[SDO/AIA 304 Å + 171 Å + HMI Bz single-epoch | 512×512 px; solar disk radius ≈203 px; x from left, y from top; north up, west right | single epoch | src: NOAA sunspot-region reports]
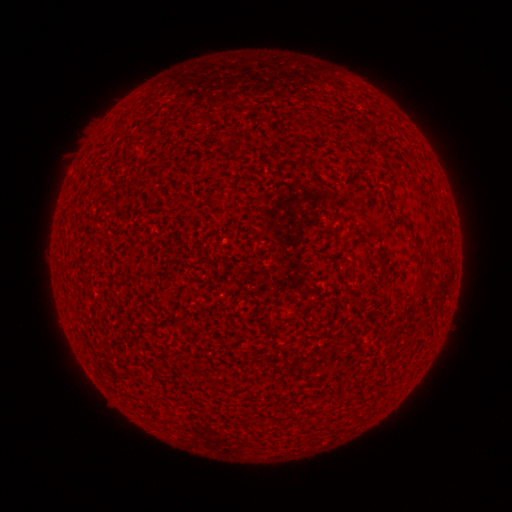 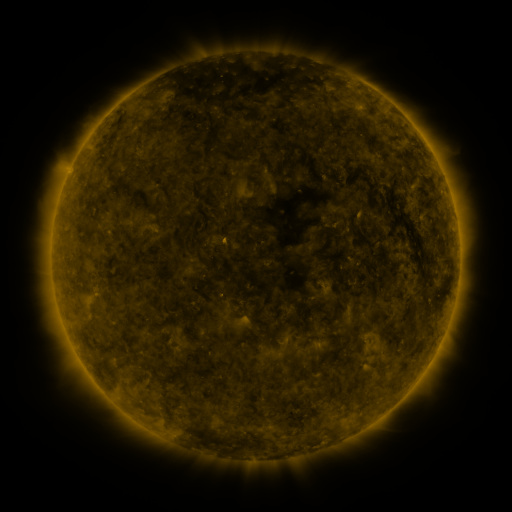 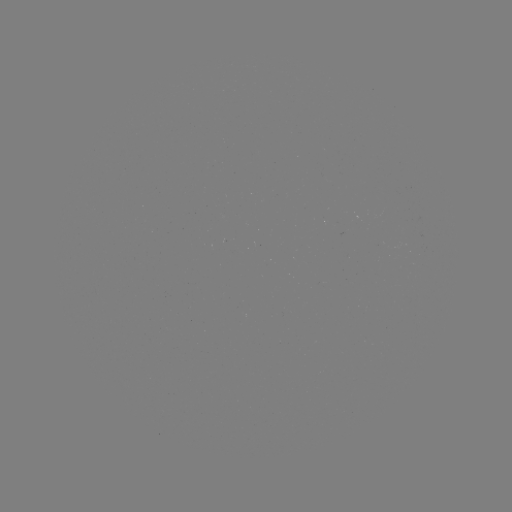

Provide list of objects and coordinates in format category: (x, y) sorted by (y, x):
(none)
